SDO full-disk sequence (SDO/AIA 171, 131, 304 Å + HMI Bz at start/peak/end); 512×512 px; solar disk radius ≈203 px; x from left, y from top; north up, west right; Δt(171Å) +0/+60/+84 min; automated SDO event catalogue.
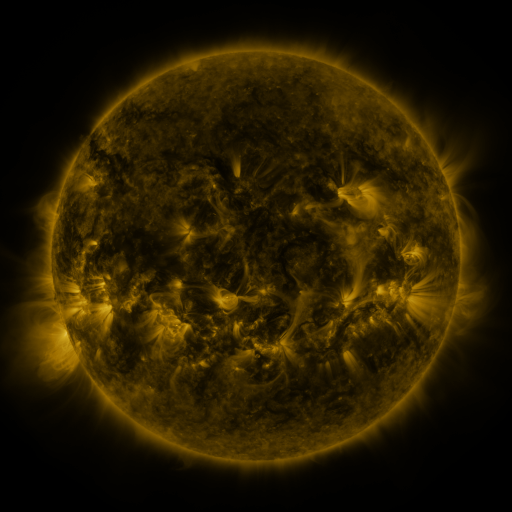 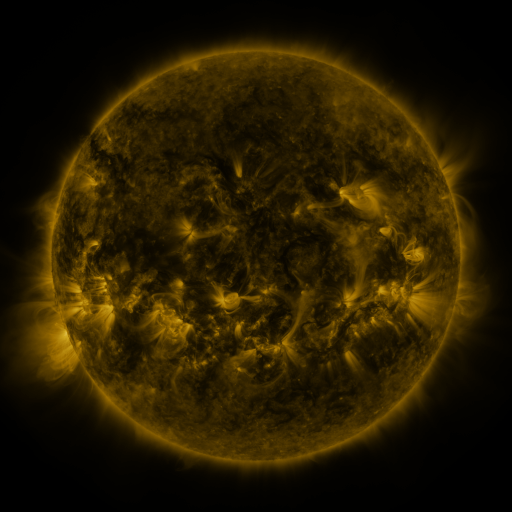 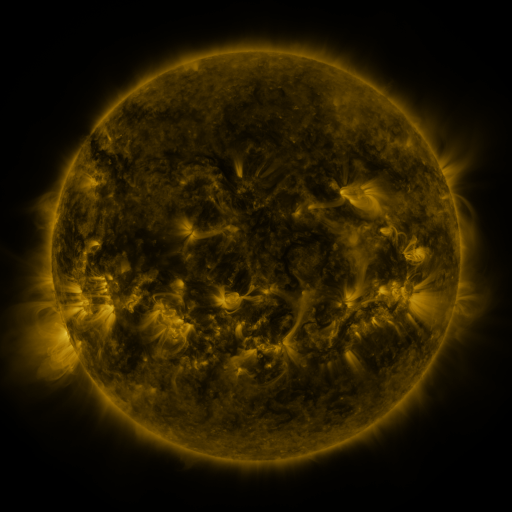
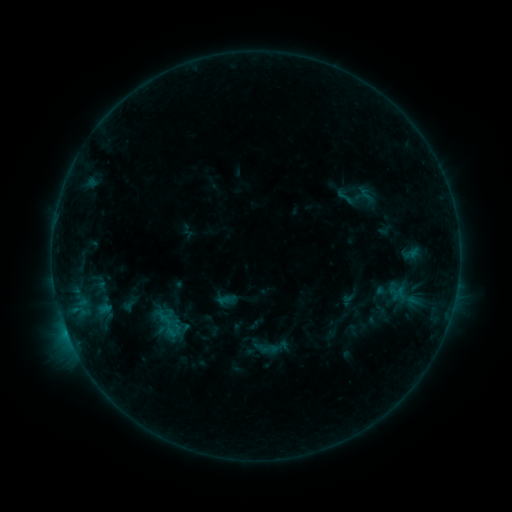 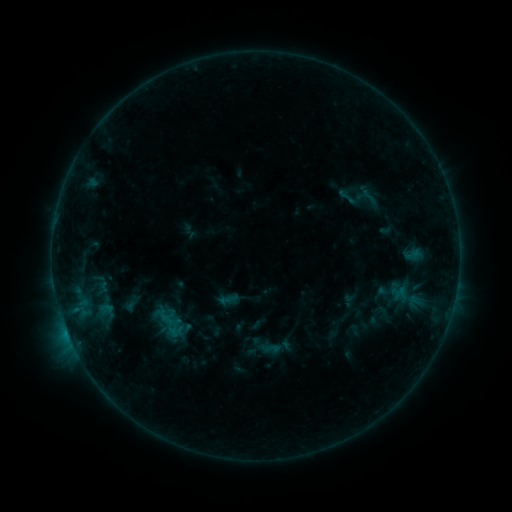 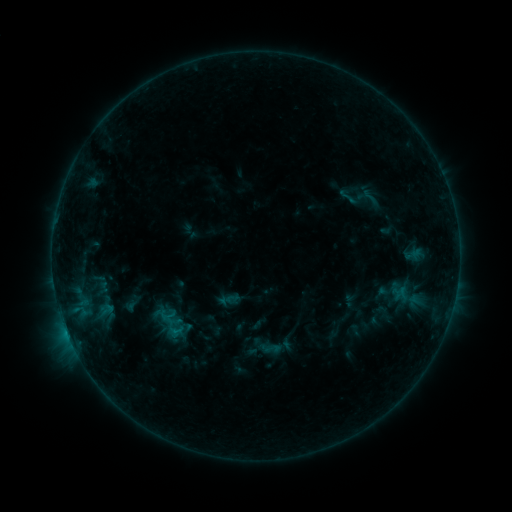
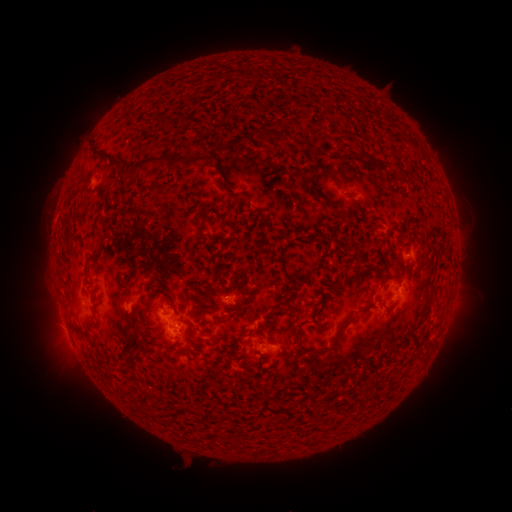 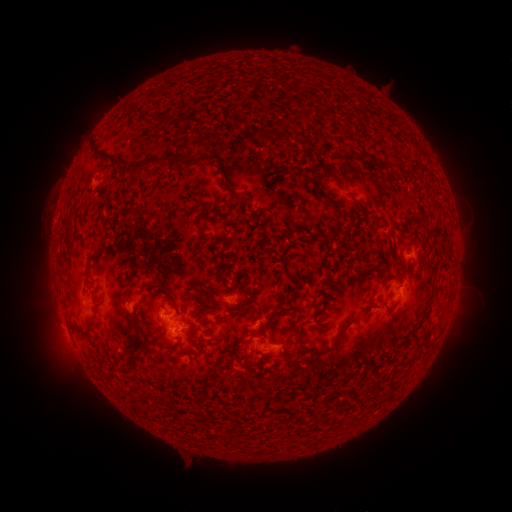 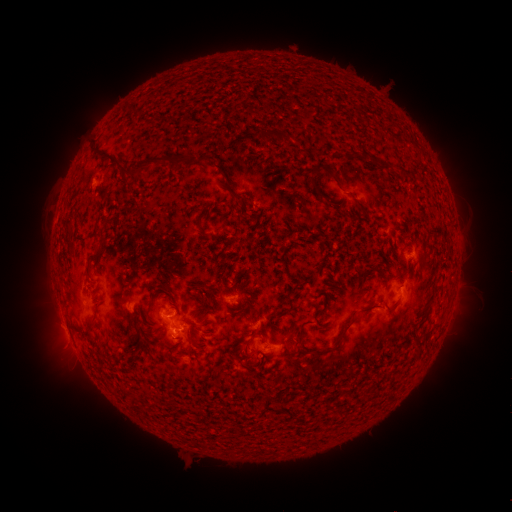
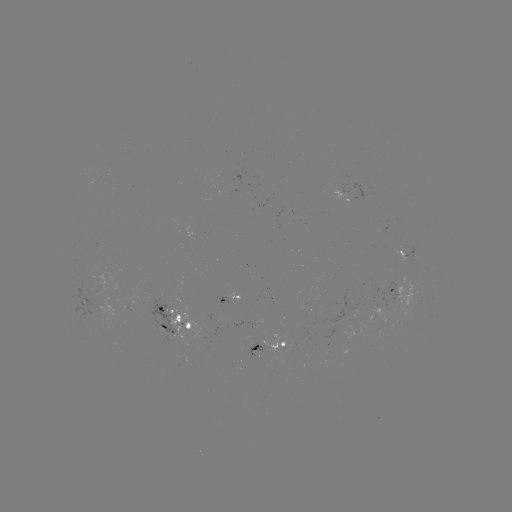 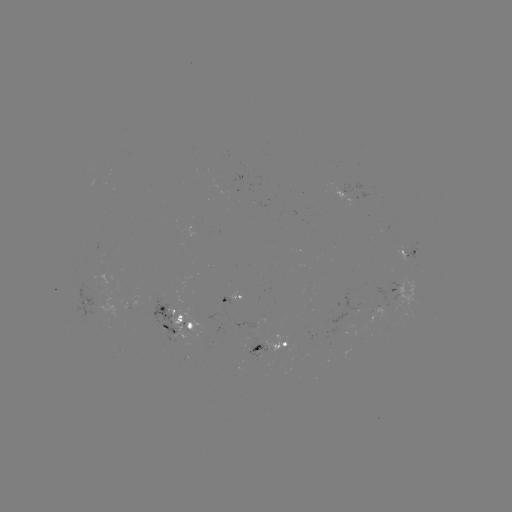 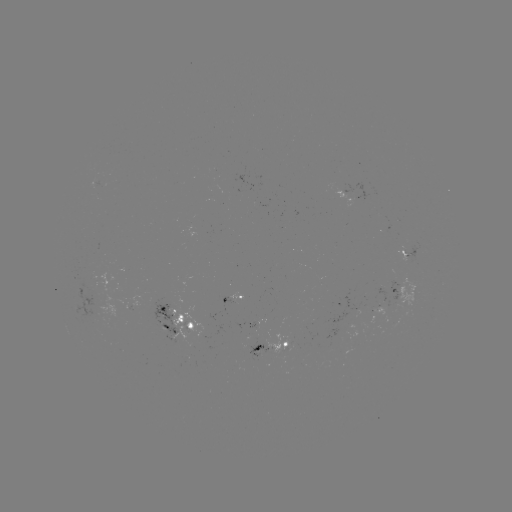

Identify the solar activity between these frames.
emerging-flux region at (96, 310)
